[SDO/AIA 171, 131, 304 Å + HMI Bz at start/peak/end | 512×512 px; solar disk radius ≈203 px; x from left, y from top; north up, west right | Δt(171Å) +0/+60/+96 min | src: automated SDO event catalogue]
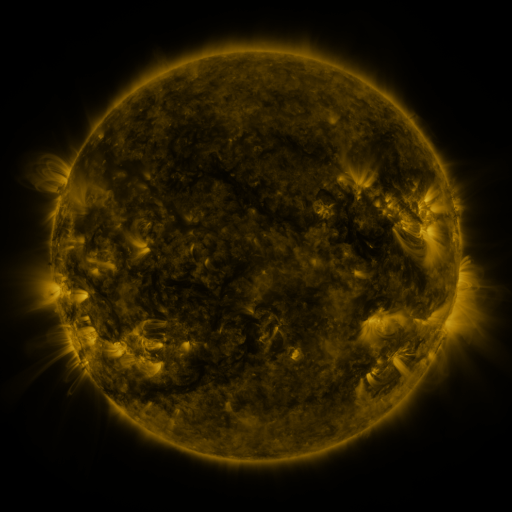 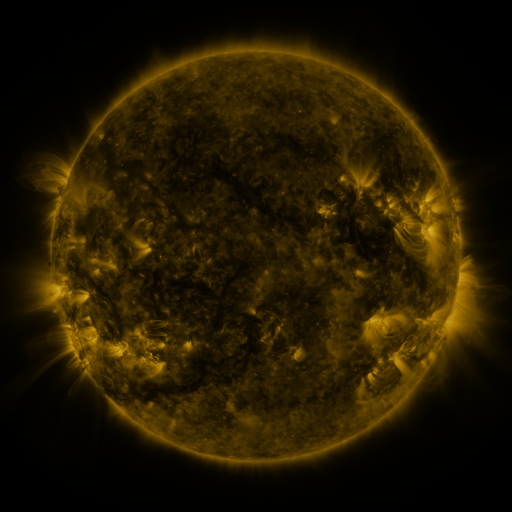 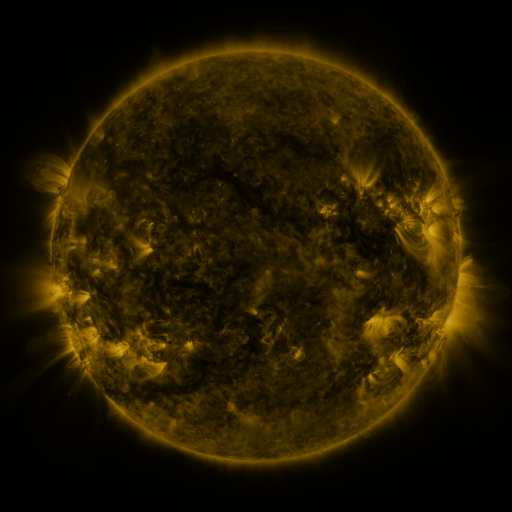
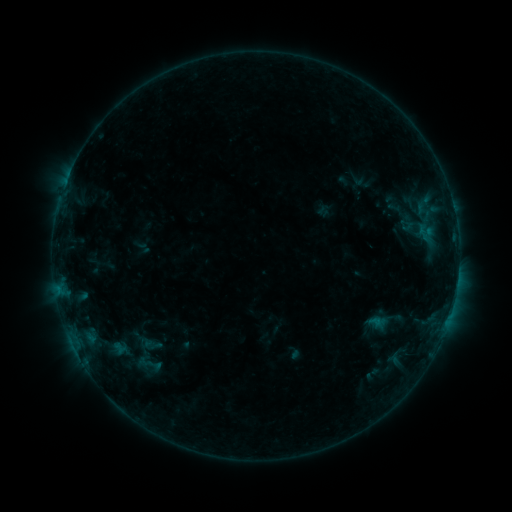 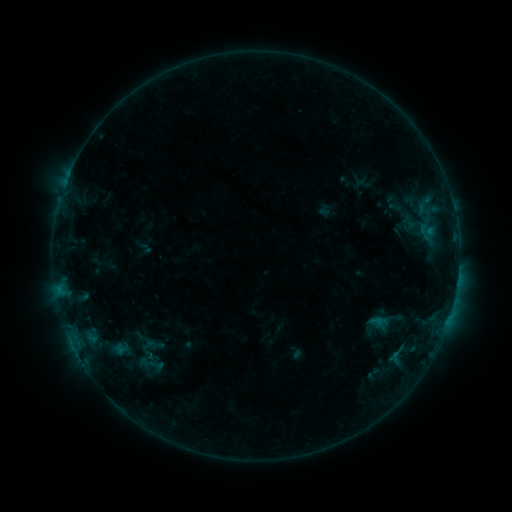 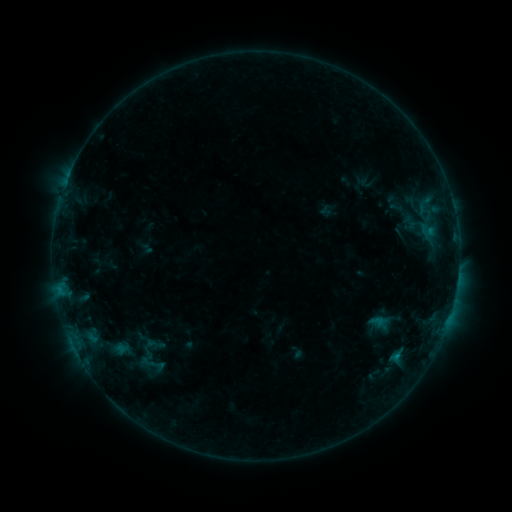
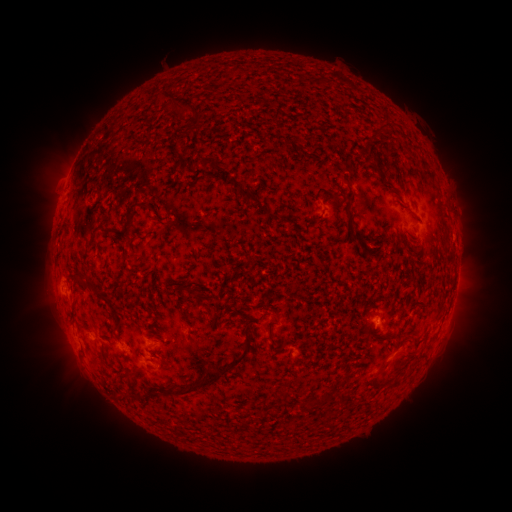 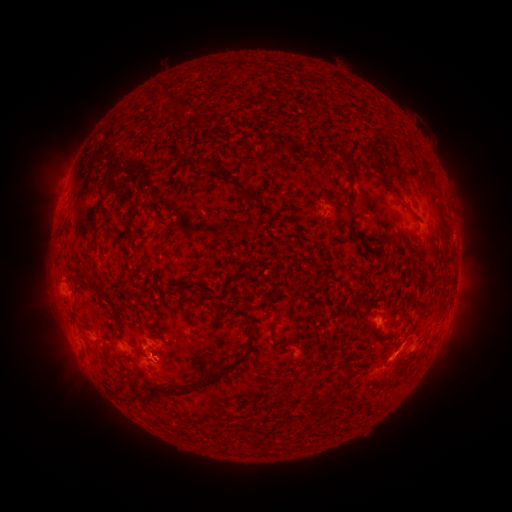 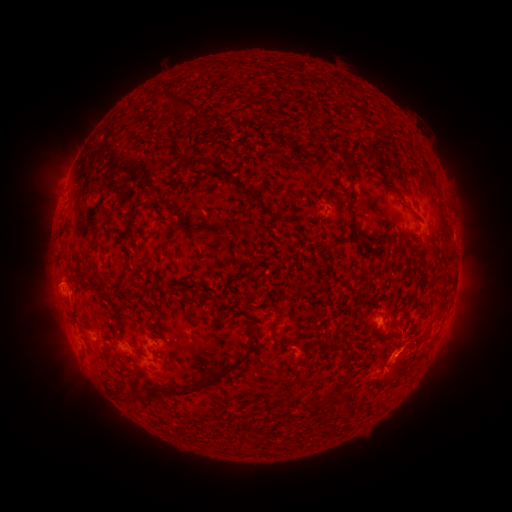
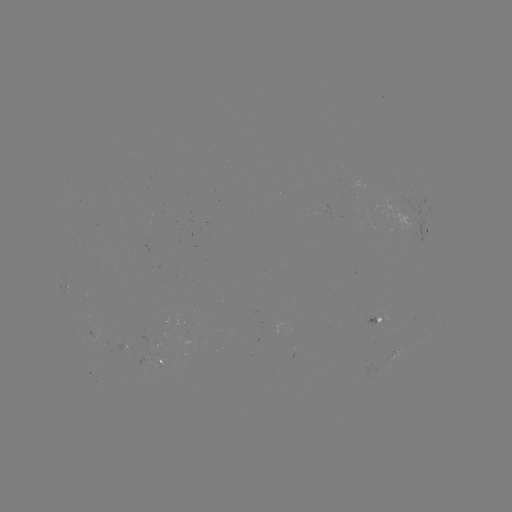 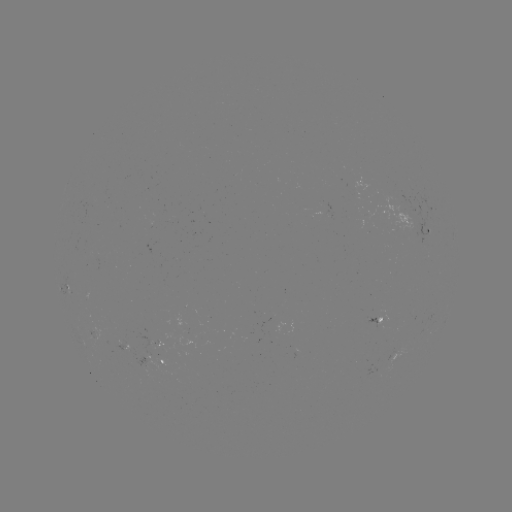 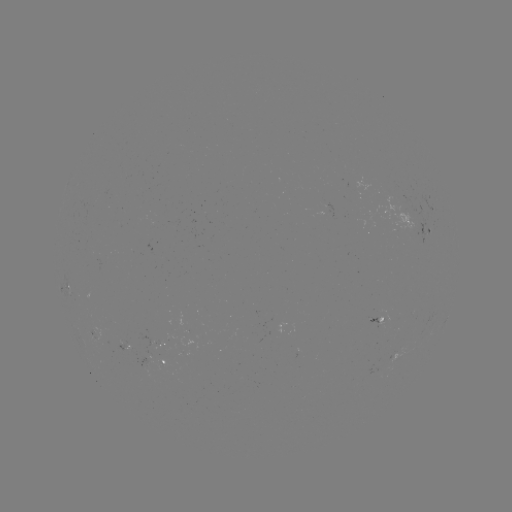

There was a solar emerging-flux region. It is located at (157, 343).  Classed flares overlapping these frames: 1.